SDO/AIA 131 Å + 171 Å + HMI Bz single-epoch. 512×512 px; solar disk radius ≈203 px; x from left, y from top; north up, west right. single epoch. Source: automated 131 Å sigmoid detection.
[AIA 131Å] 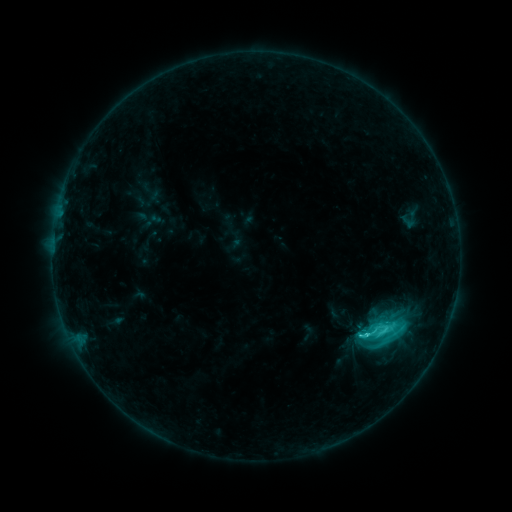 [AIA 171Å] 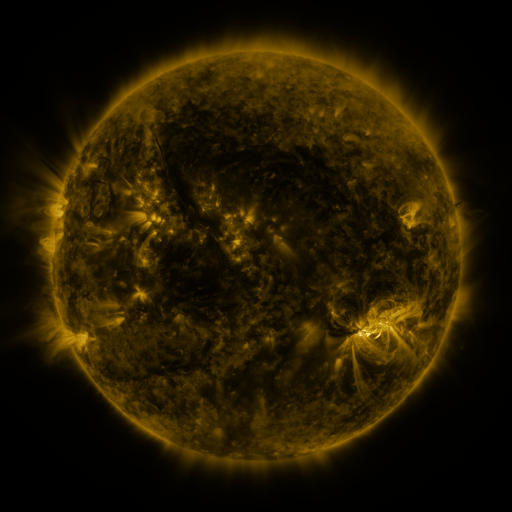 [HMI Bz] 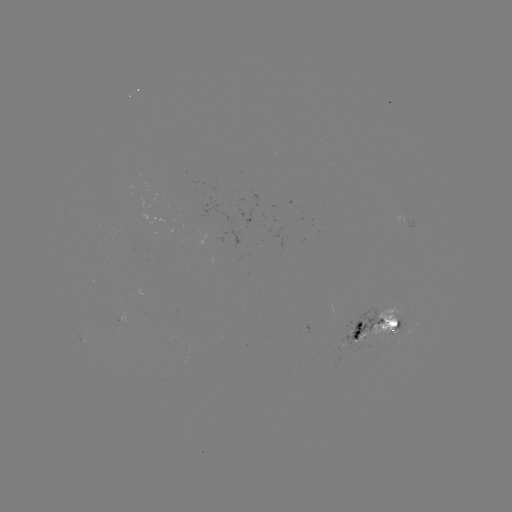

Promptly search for sigmoid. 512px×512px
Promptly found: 382,331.